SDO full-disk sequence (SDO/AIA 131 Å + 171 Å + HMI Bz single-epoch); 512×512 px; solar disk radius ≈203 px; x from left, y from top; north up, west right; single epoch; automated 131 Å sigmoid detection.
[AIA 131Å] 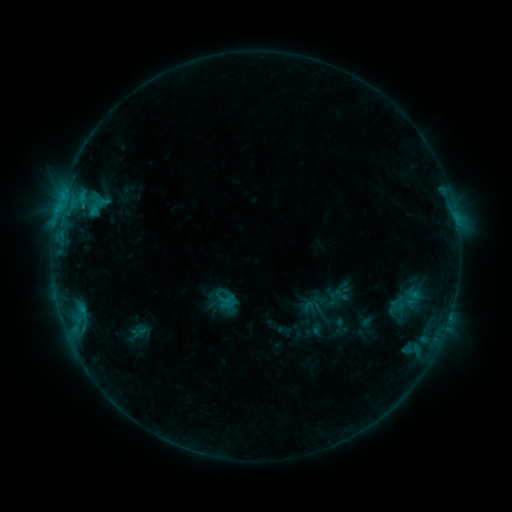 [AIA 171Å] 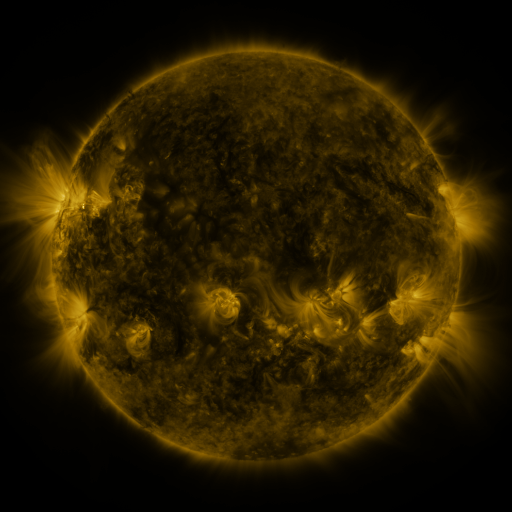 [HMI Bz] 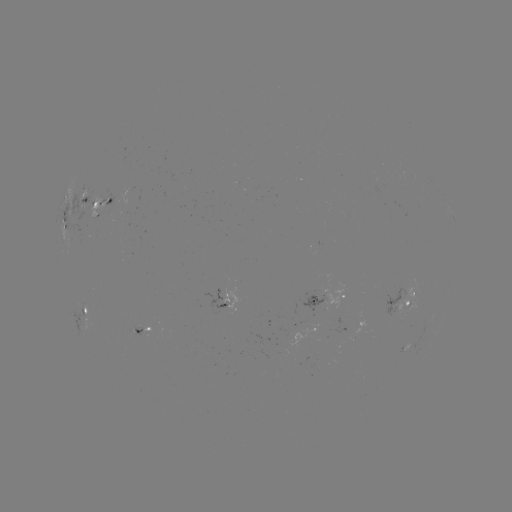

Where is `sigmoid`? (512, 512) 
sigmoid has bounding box [384, 280, 425, 321].